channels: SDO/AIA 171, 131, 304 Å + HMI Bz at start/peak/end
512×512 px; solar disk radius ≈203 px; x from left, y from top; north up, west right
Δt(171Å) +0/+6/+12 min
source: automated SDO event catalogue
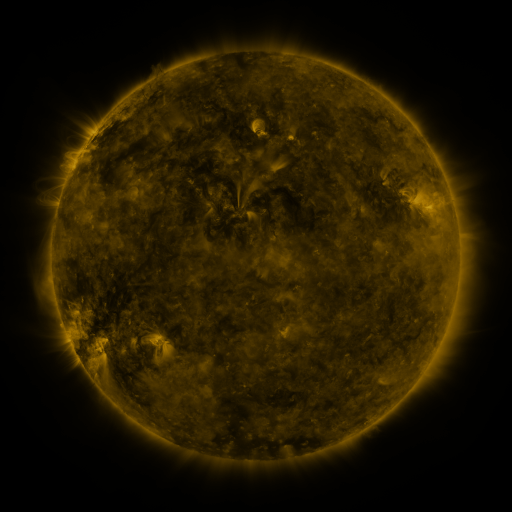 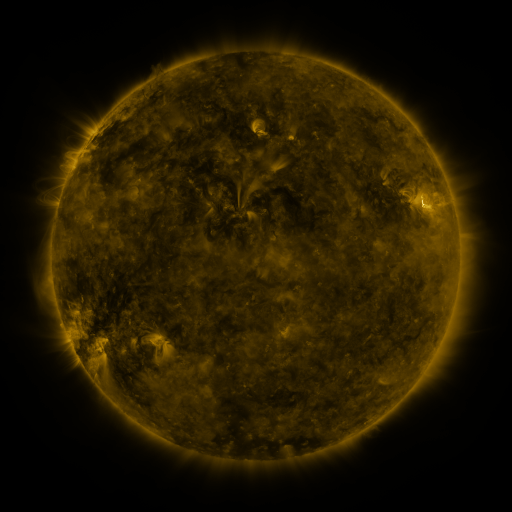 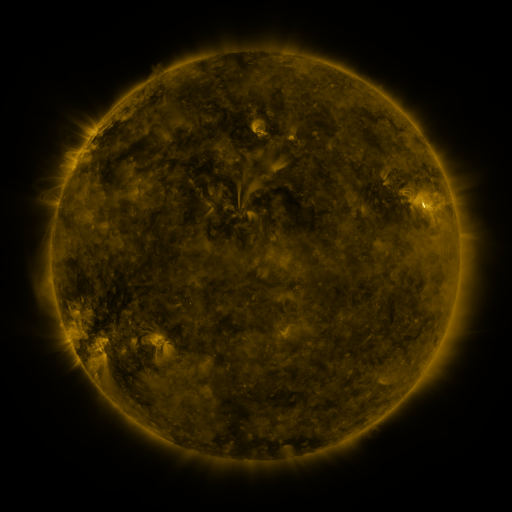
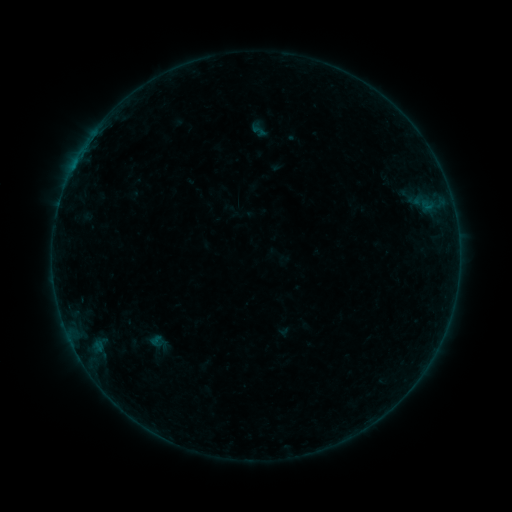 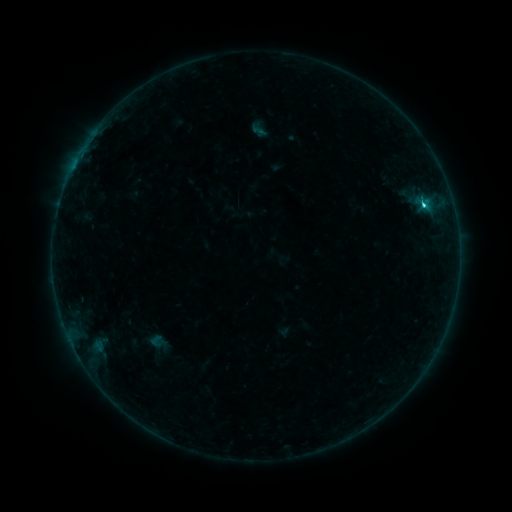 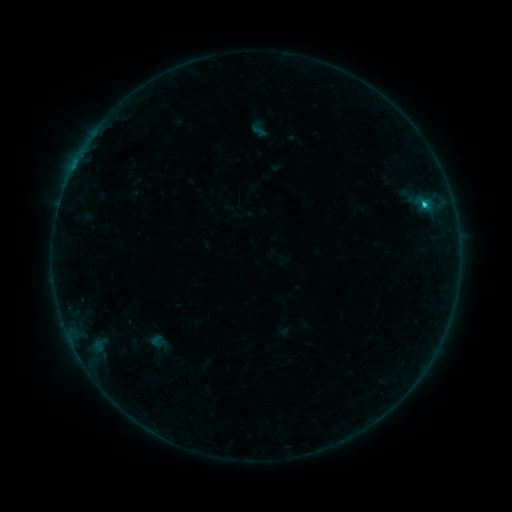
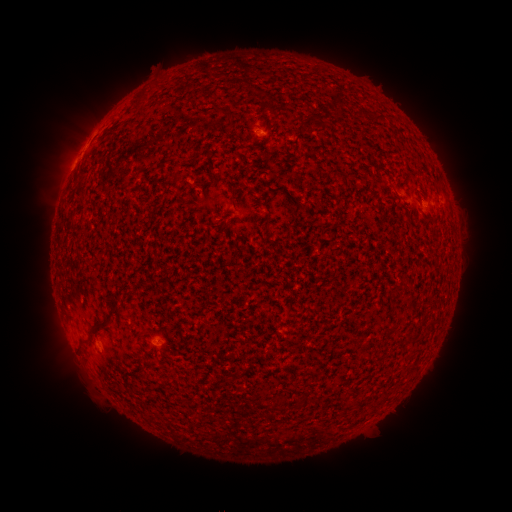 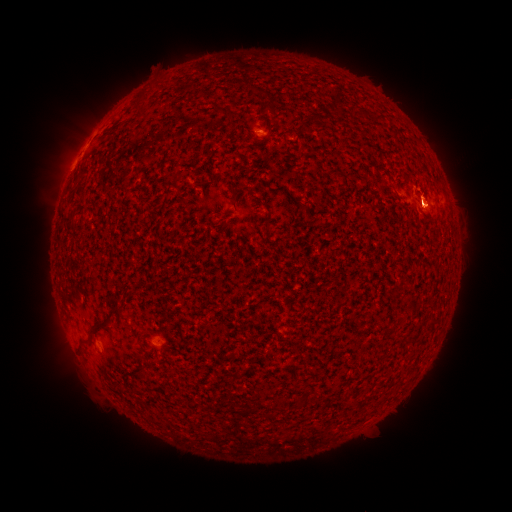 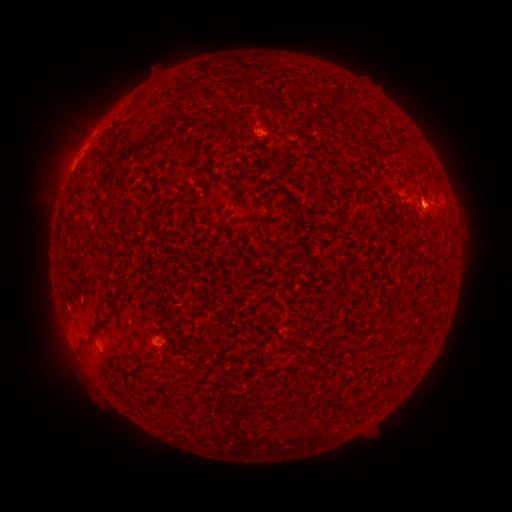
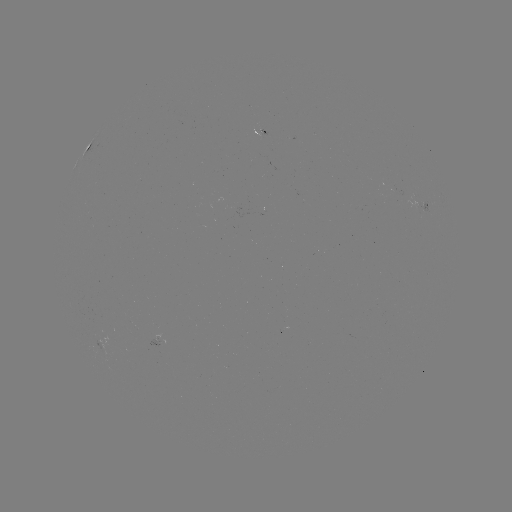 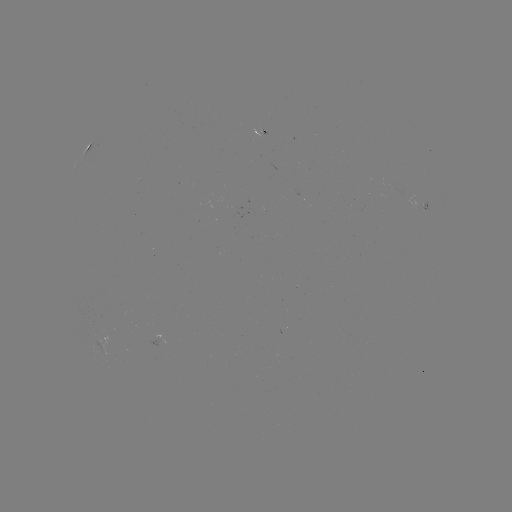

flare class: C1.3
